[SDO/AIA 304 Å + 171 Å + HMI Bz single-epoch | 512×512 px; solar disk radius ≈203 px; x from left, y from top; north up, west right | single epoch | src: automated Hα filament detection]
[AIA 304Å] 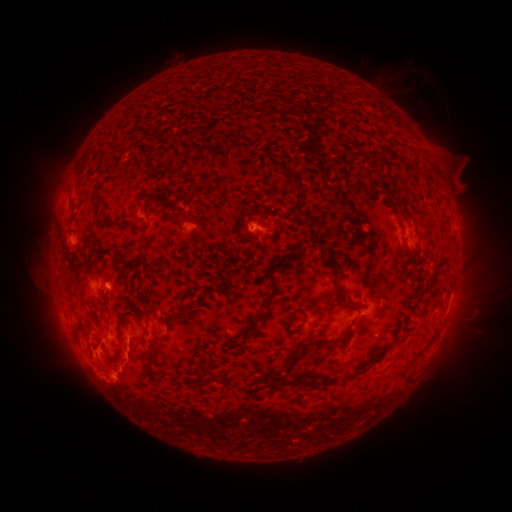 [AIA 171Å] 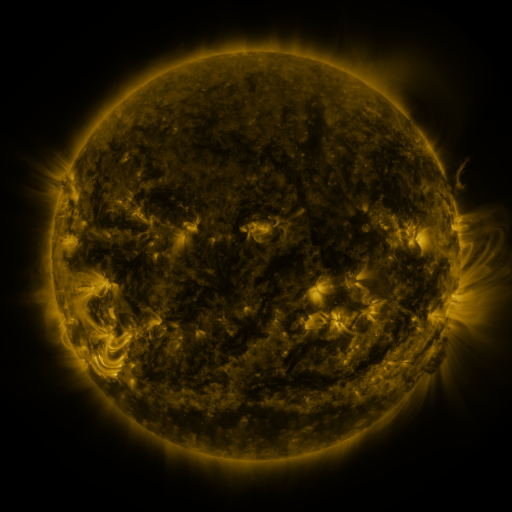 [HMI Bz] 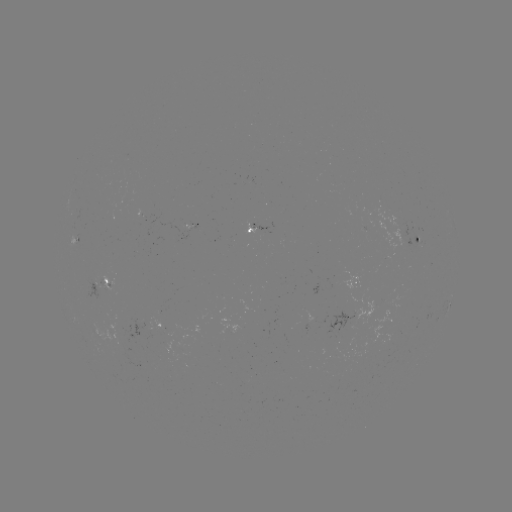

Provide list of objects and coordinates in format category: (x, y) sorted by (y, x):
filament: (232, 147)
filament: (147, 206)
filament: (121, 224)
filament: (305, 249)
filament: (126, 255)
filament: (278, 264)
filament: (331, 269)
filament: (267, 300)
filament: (344, 303)
filament: (178, 313)
filament: (295, 351)
filament: (156, 357)
filament: (202, 373)
filament: (267, 373)
filament: (359, 373)
